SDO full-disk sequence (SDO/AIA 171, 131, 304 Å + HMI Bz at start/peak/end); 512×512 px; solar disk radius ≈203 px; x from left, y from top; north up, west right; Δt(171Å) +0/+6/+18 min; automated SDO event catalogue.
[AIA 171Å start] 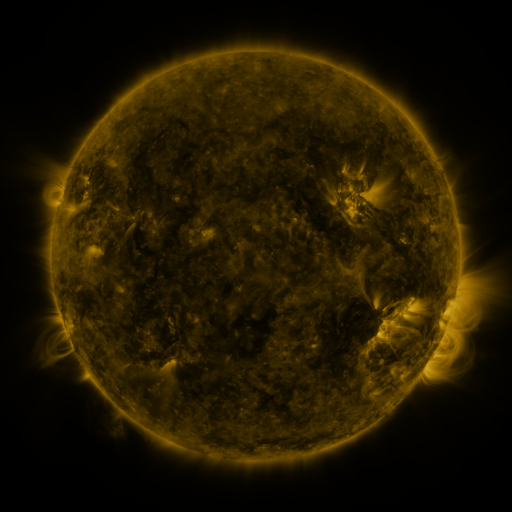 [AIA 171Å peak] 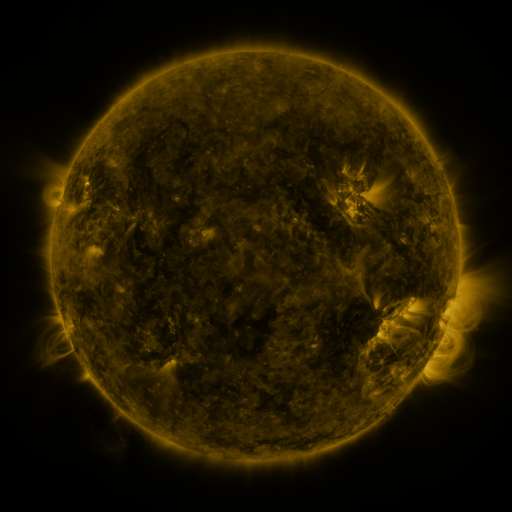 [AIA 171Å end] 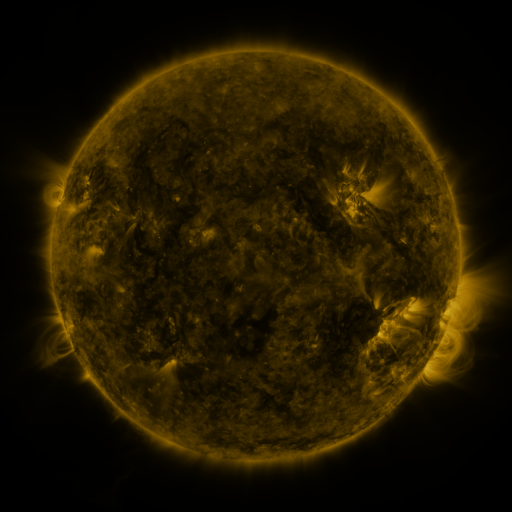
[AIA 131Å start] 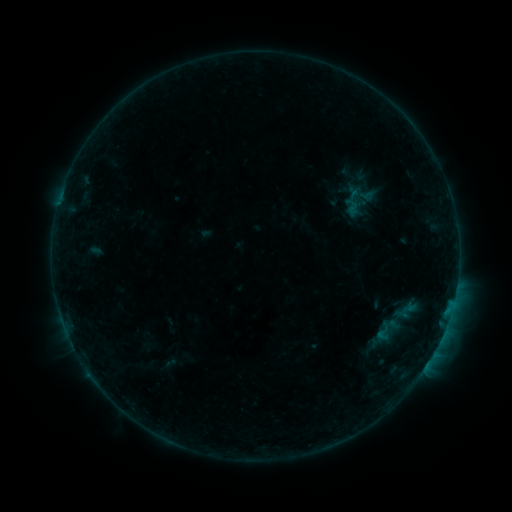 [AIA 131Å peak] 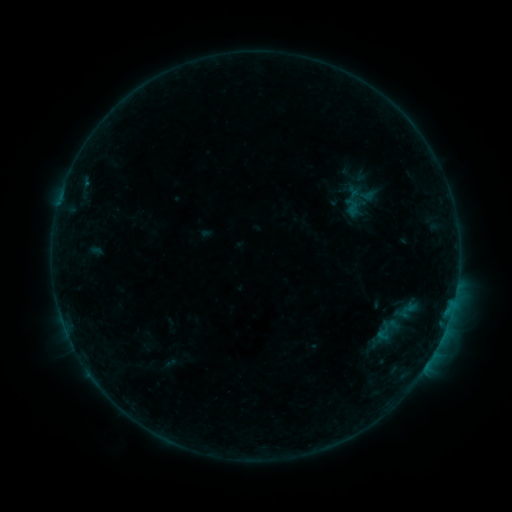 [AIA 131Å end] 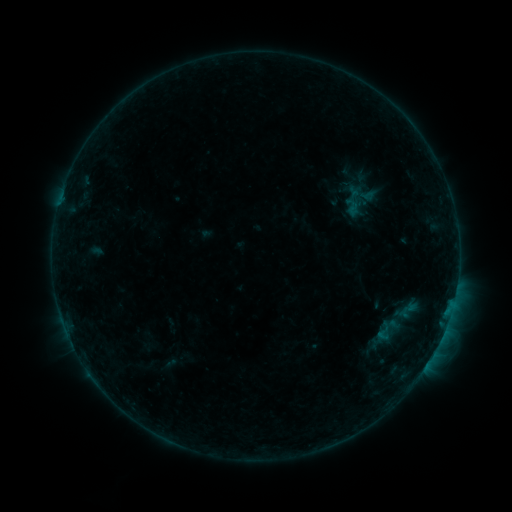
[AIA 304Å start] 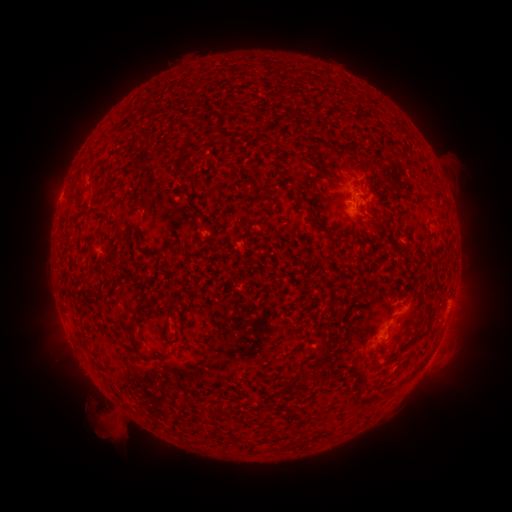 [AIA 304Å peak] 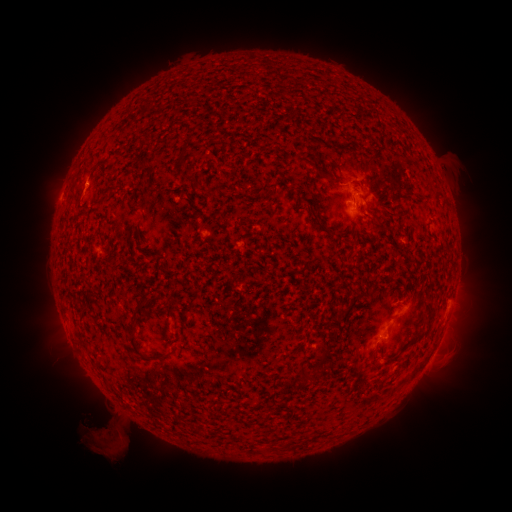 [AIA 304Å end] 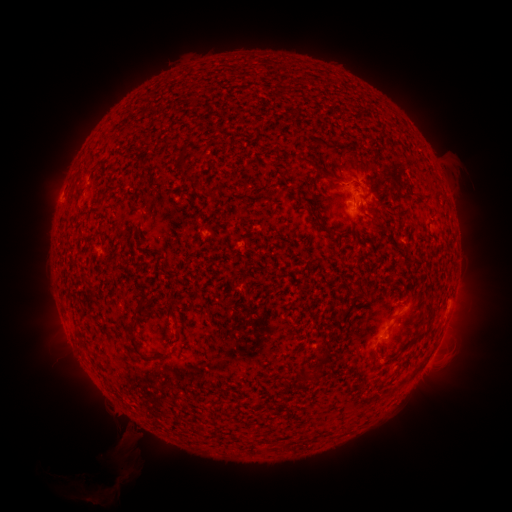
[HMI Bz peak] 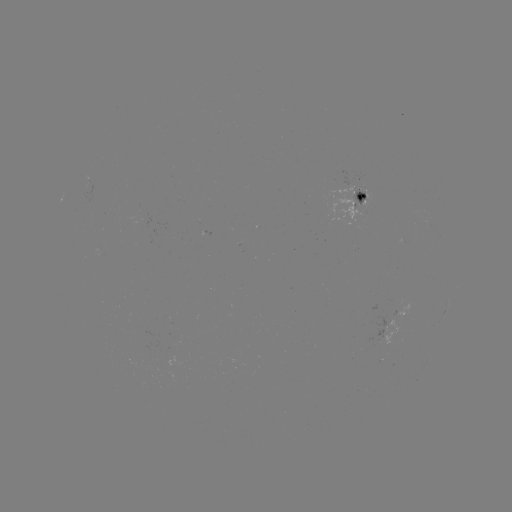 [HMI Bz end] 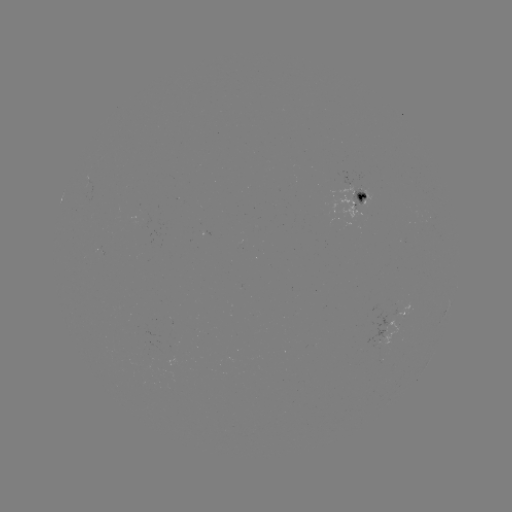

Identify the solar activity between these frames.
eruption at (82, 194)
